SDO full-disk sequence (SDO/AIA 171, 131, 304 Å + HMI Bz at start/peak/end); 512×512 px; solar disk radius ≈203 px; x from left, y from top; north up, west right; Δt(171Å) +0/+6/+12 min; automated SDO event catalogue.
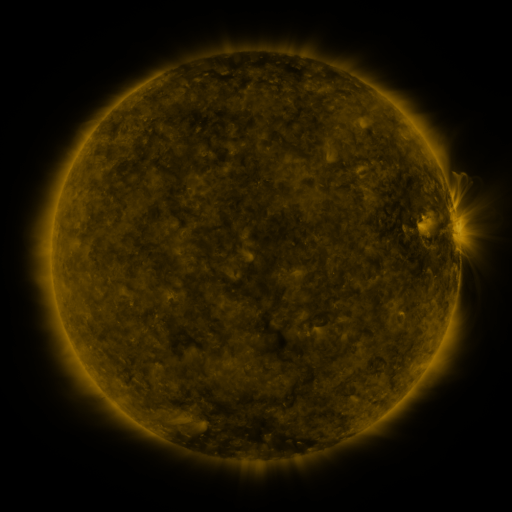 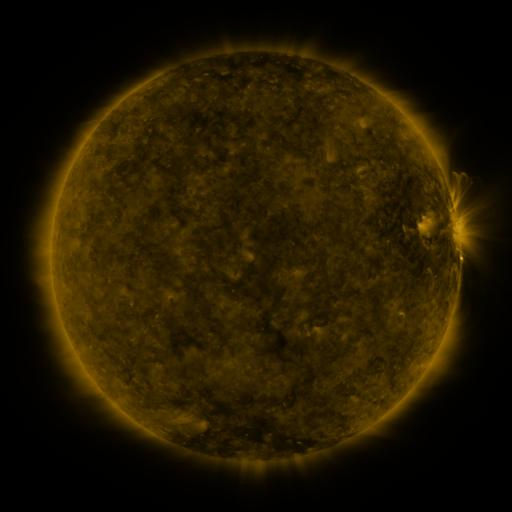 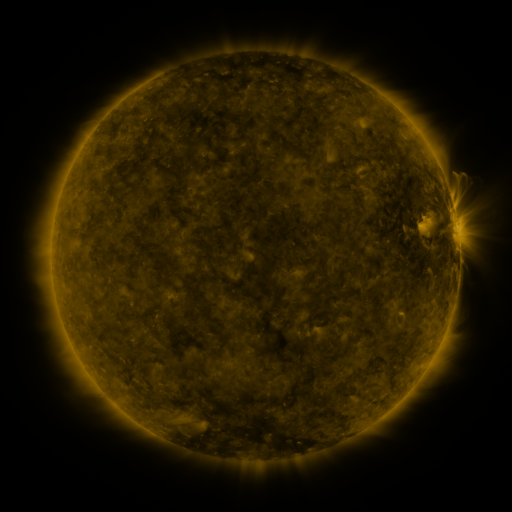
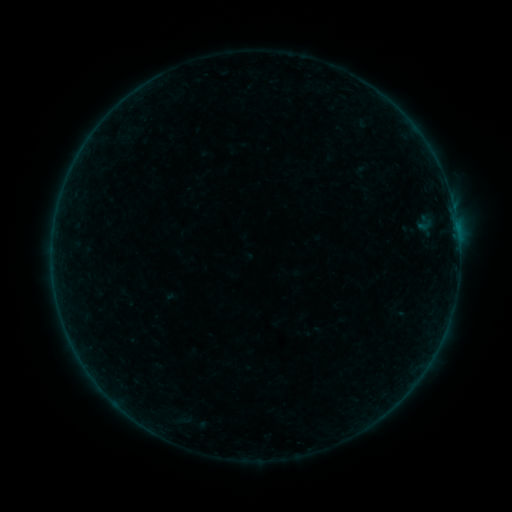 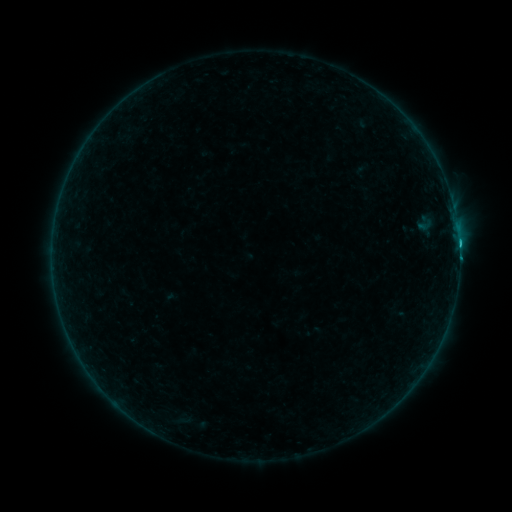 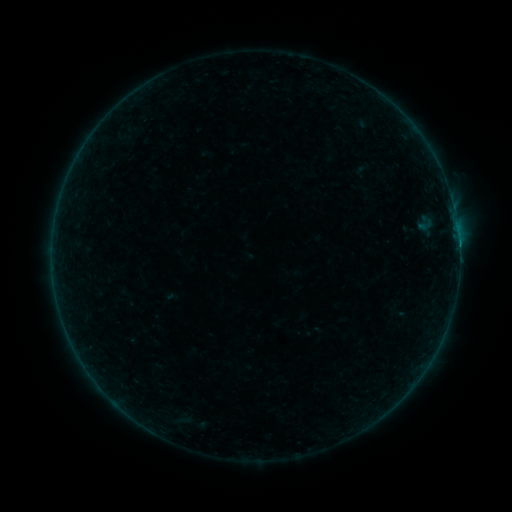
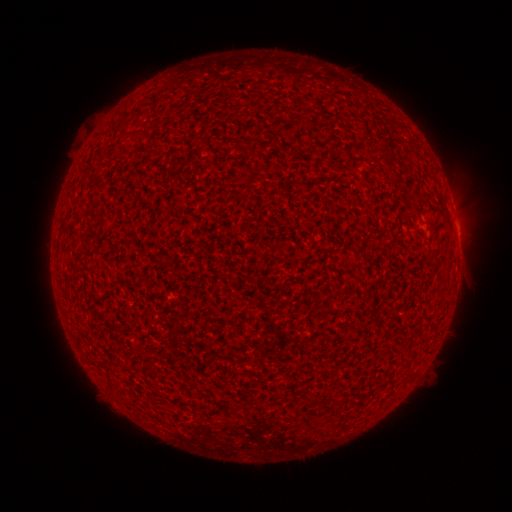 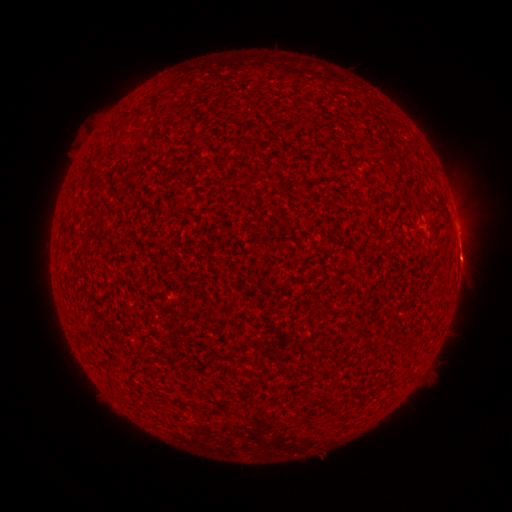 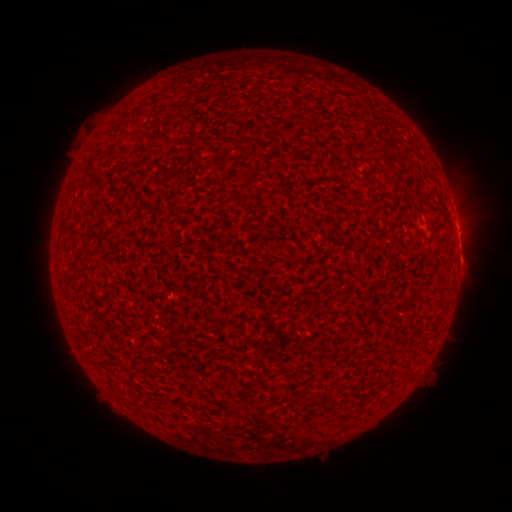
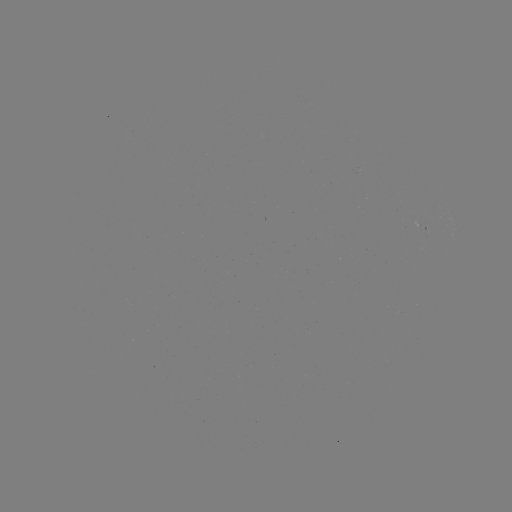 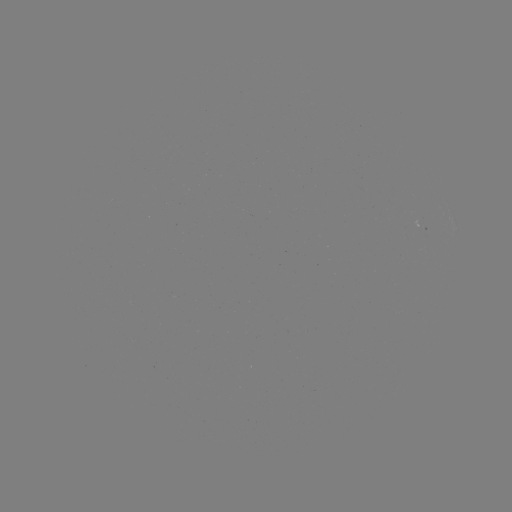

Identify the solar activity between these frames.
B6.8 flare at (458, 245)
